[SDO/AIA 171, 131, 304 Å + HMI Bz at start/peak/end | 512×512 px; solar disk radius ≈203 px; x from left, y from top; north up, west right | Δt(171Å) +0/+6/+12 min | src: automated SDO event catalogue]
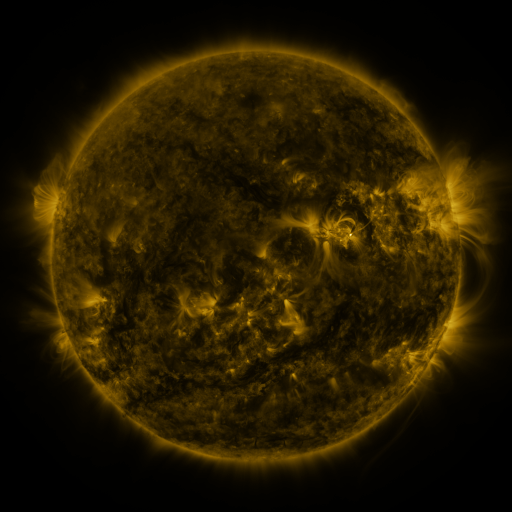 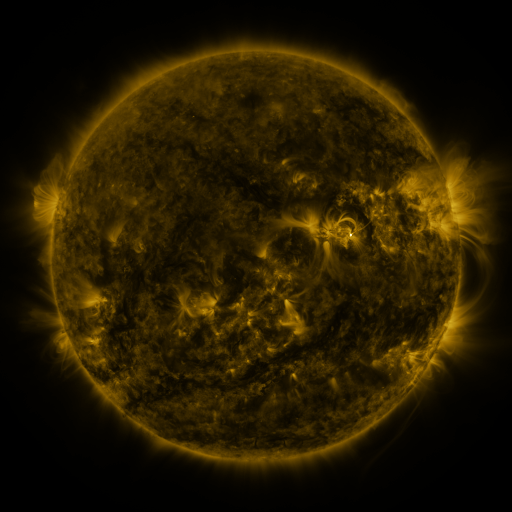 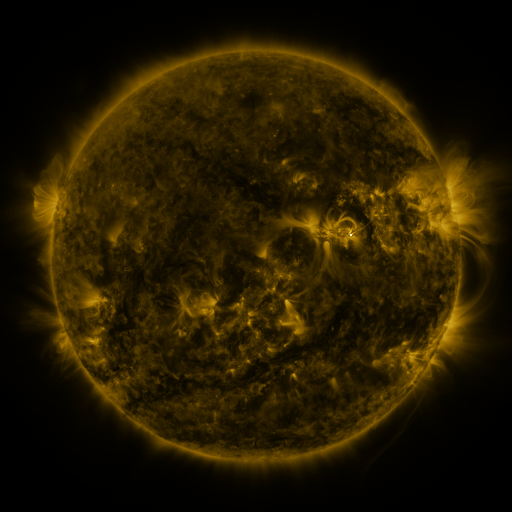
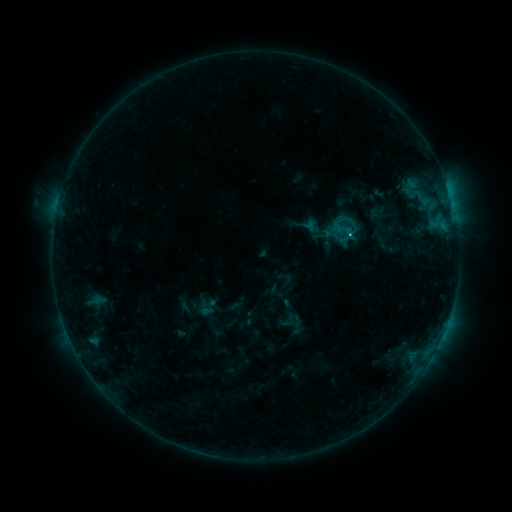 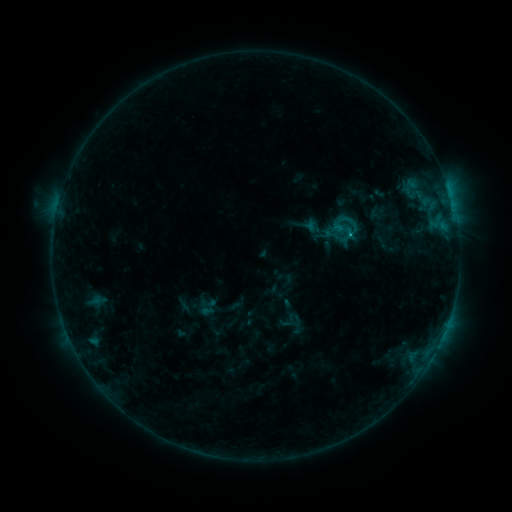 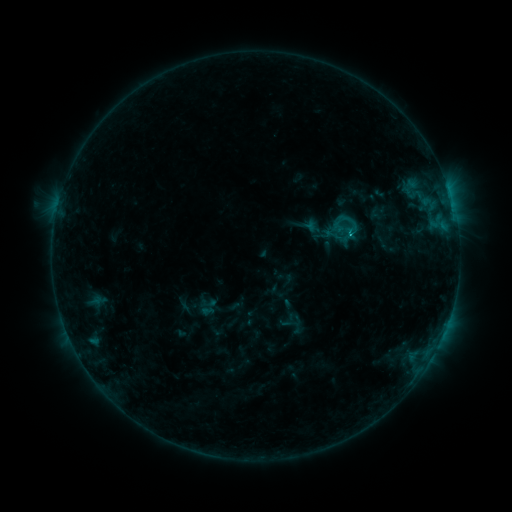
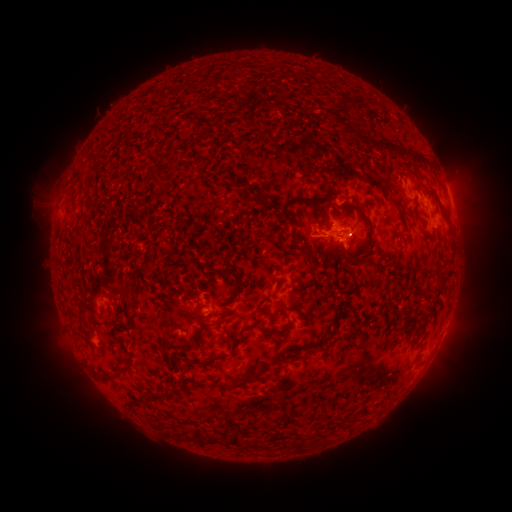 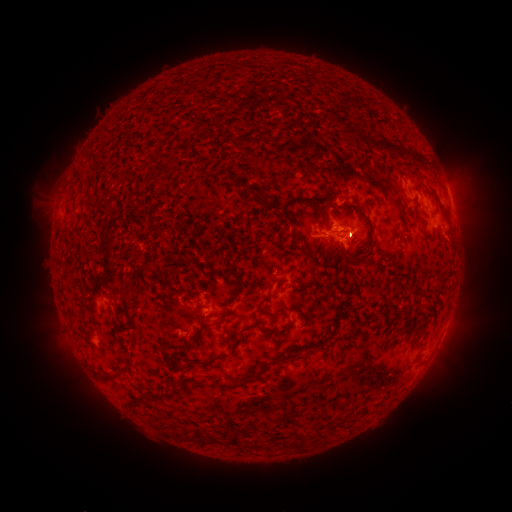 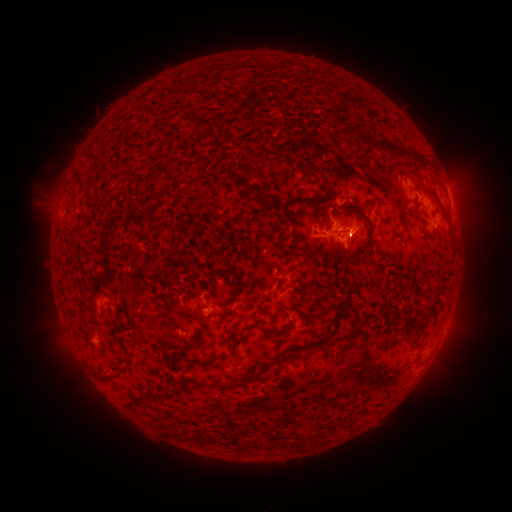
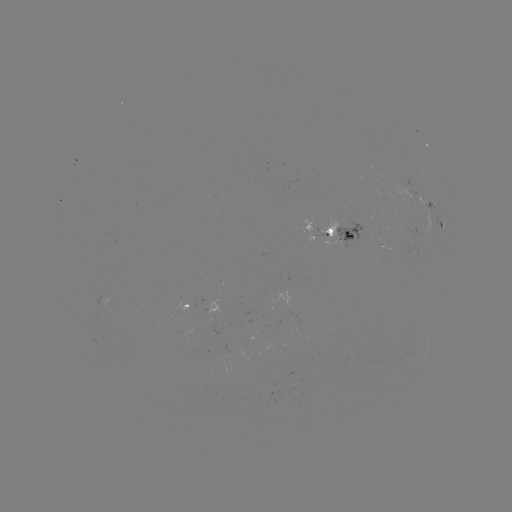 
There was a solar eruption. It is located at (454, 239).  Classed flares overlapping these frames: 1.